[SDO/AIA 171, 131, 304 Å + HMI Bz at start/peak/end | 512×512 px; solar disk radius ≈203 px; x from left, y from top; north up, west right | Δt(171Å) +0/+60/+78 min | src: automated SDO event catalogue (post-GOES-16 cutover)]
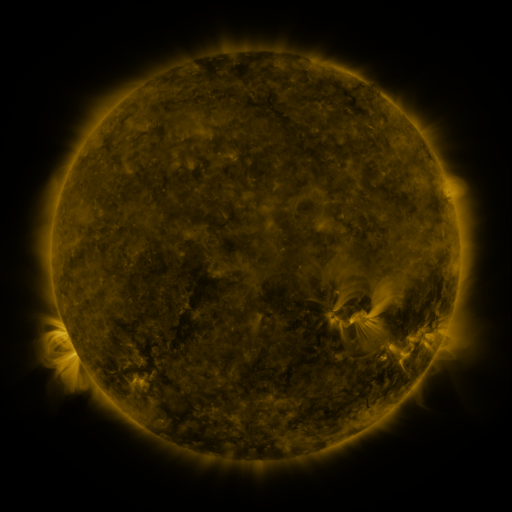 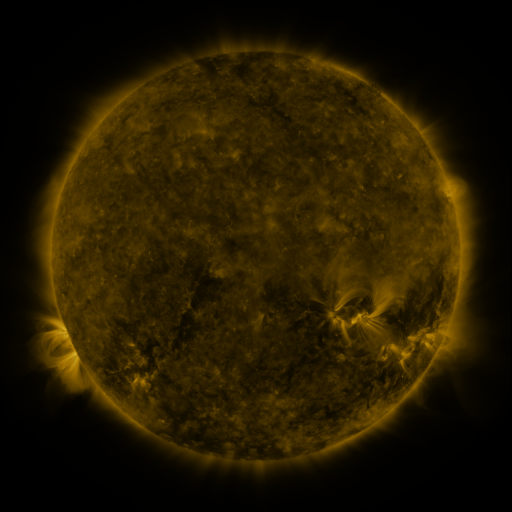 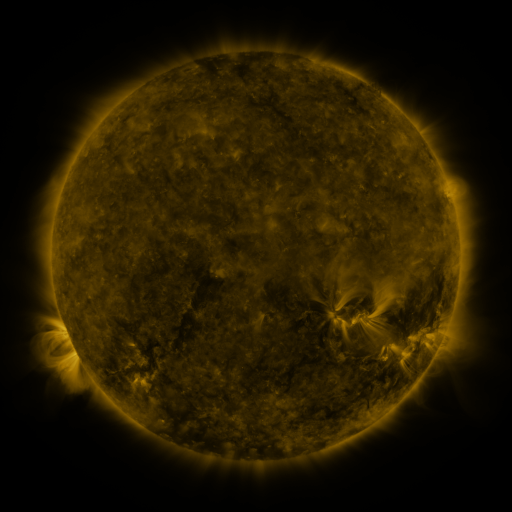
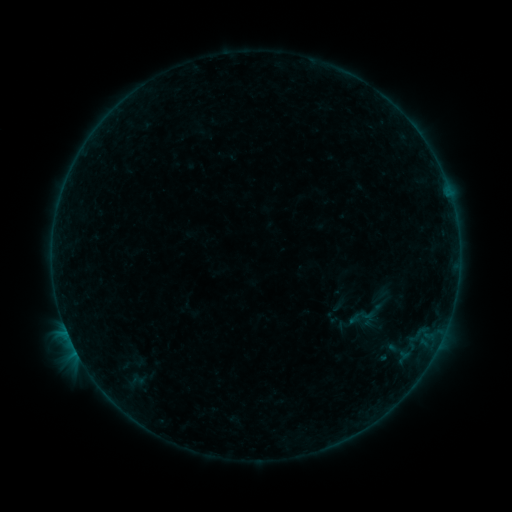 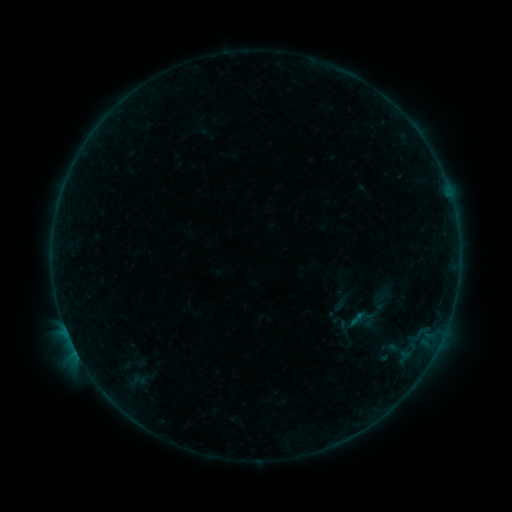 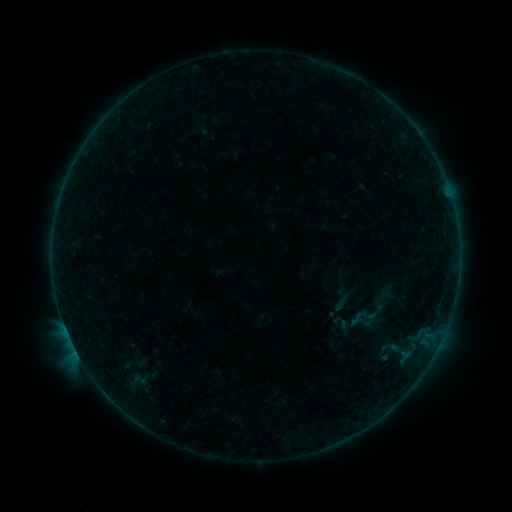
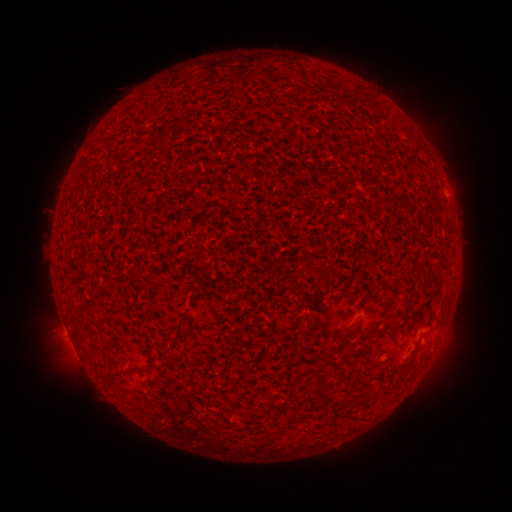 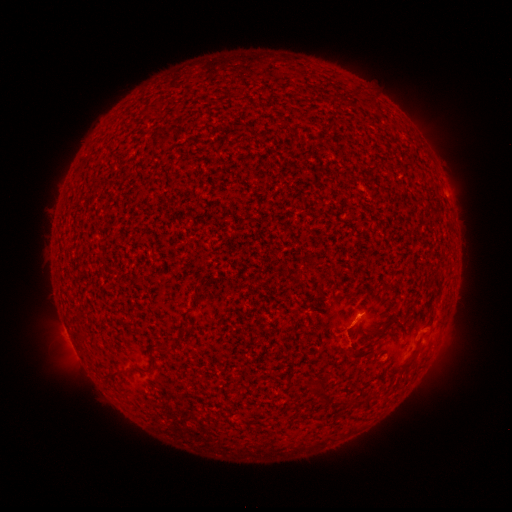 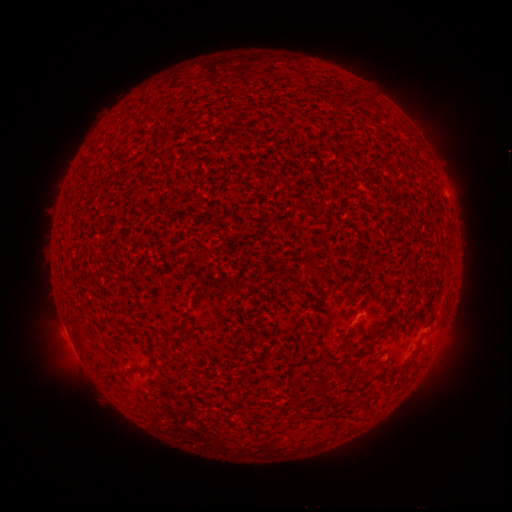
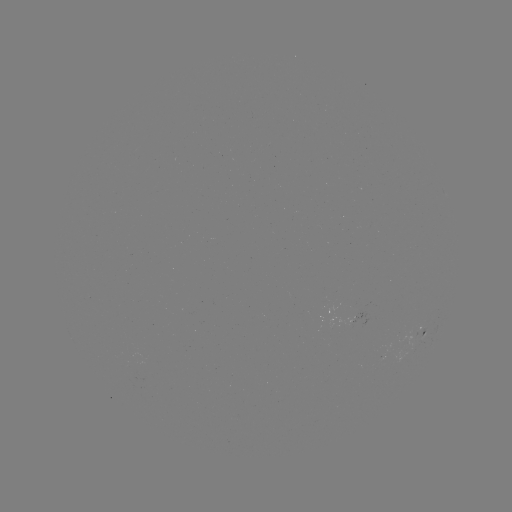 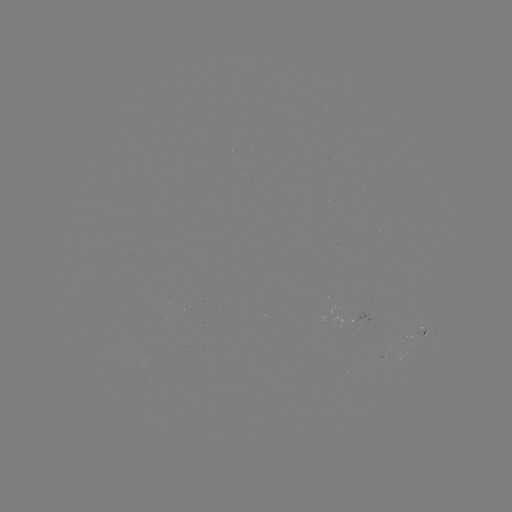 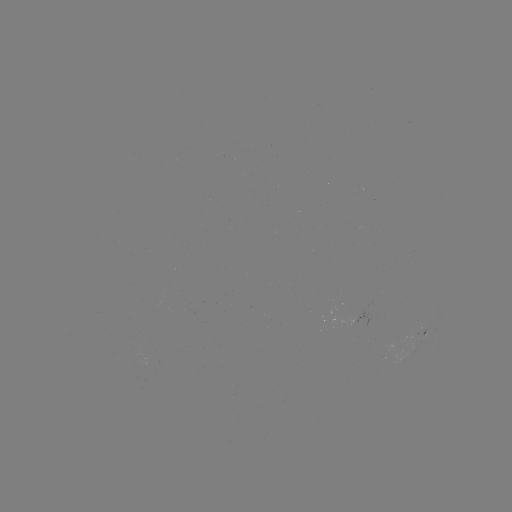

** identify B1.6 flare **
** (359, 314) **